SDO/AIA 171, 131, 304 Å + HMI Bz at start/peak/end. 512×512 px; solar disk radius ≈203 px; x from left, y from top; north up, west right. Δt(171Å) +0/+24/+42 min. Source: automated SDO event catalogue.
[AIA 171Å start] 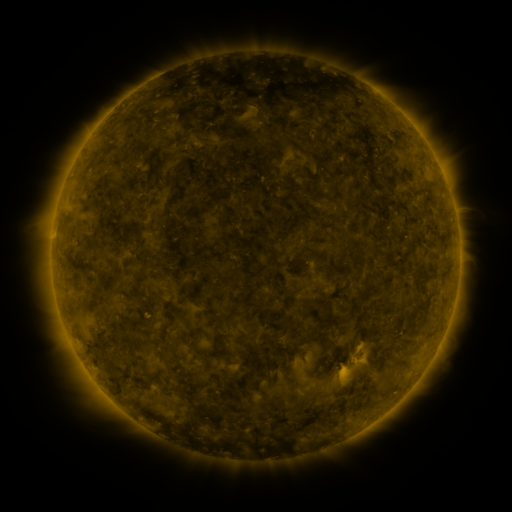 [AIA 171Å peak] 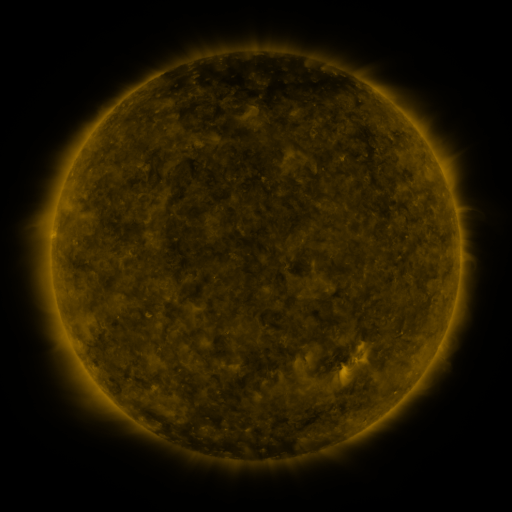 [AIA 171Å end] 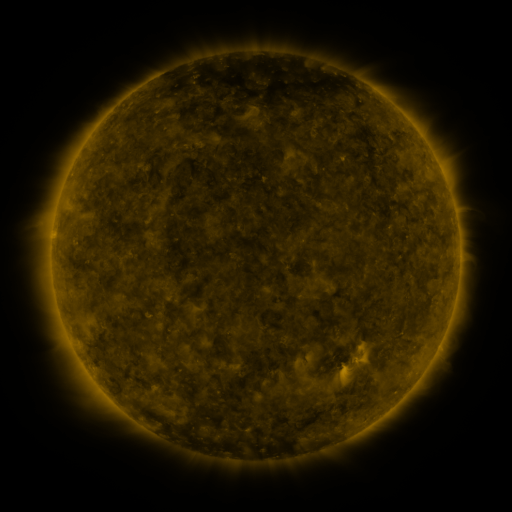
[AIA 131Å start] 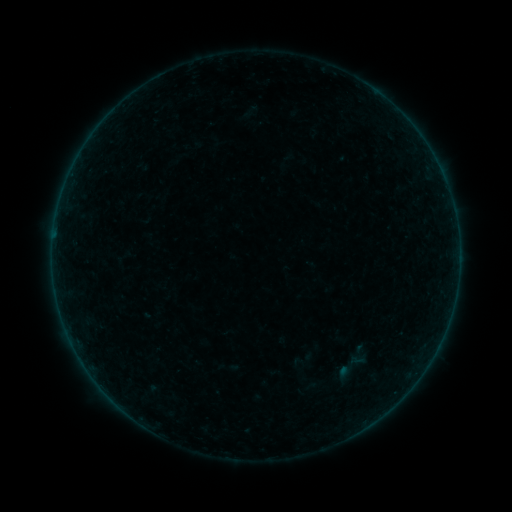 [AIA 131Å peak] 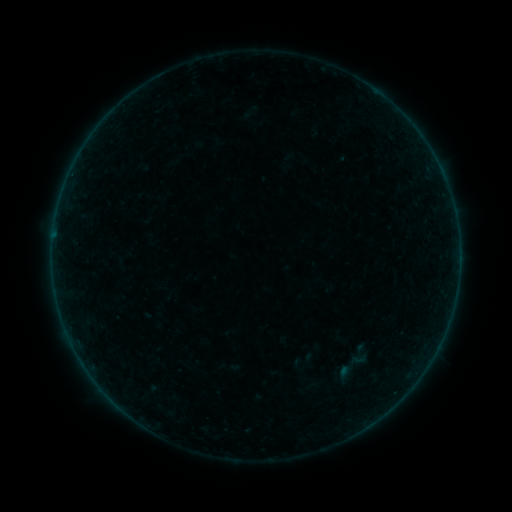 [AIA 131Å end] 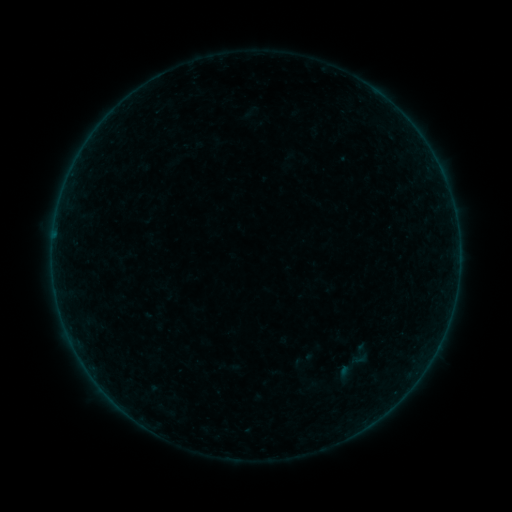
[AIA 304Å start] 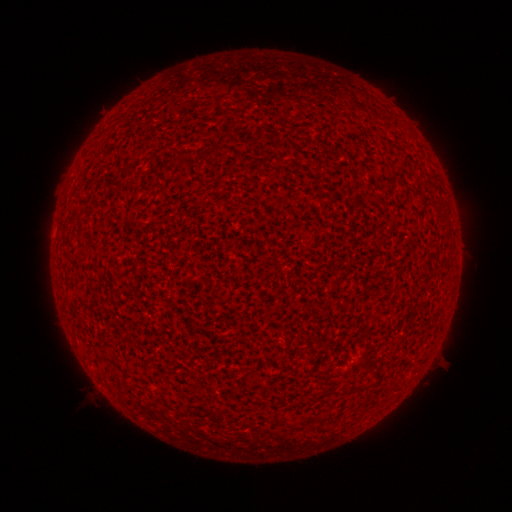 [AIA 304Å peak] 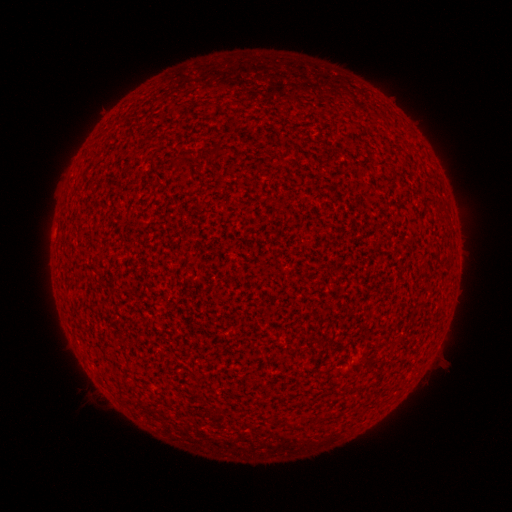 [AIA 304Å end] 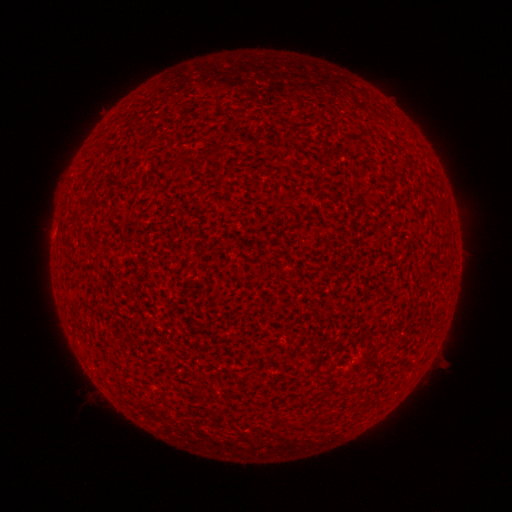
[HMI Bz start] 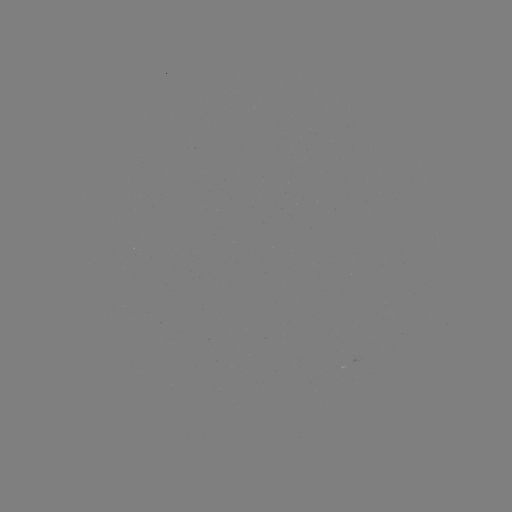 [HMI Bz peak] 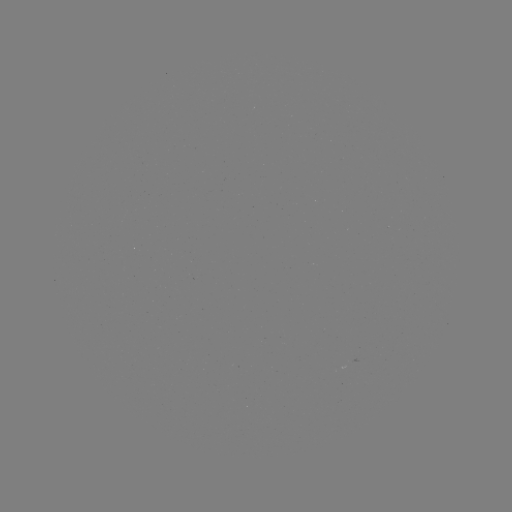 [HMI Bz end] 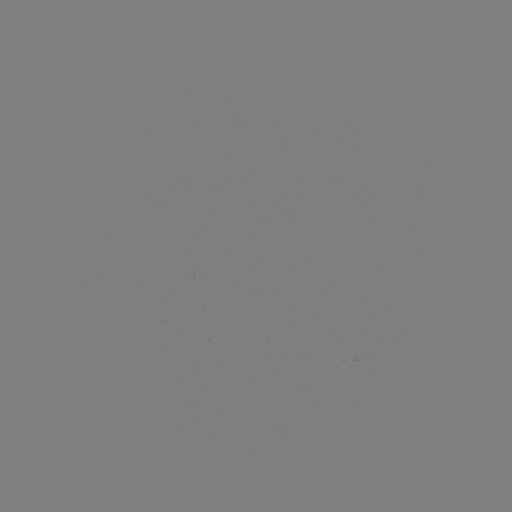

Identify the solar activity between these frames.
no classed flare was catalogued and no EUV brightening was flagged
